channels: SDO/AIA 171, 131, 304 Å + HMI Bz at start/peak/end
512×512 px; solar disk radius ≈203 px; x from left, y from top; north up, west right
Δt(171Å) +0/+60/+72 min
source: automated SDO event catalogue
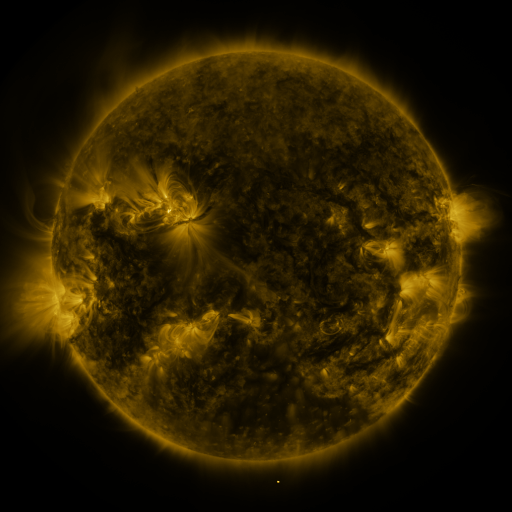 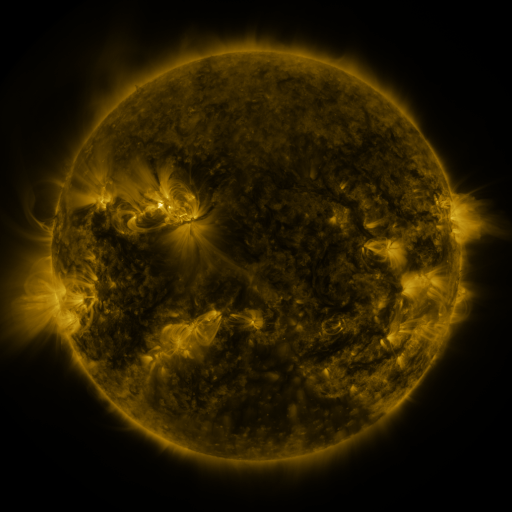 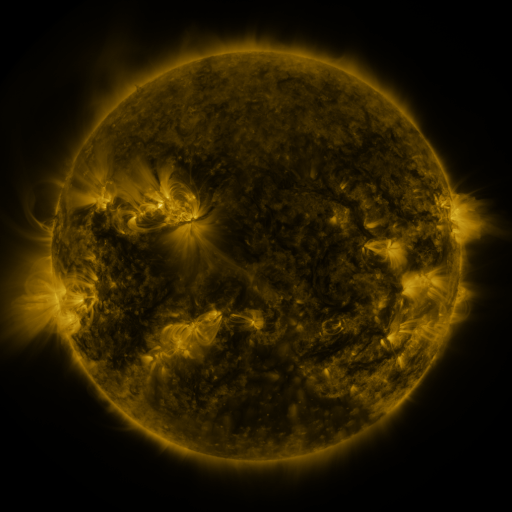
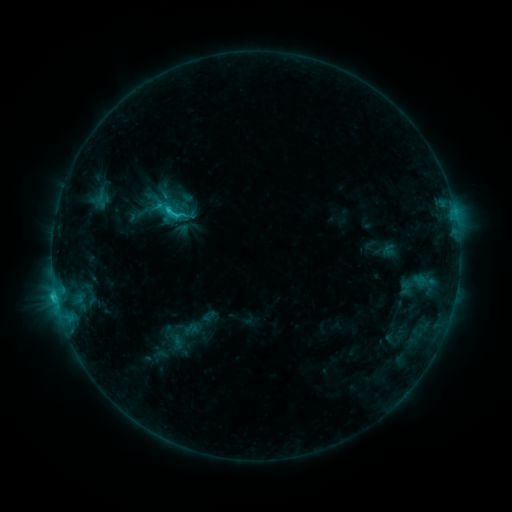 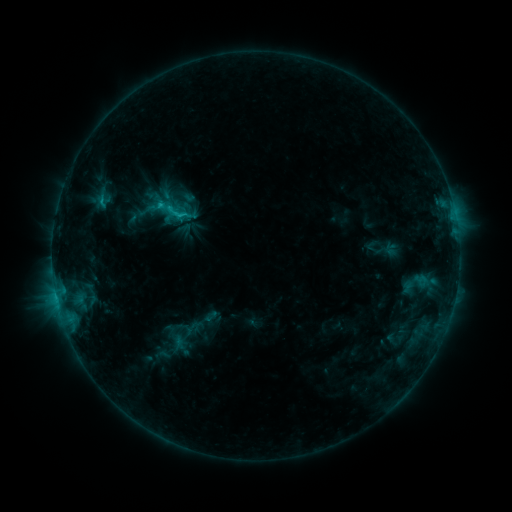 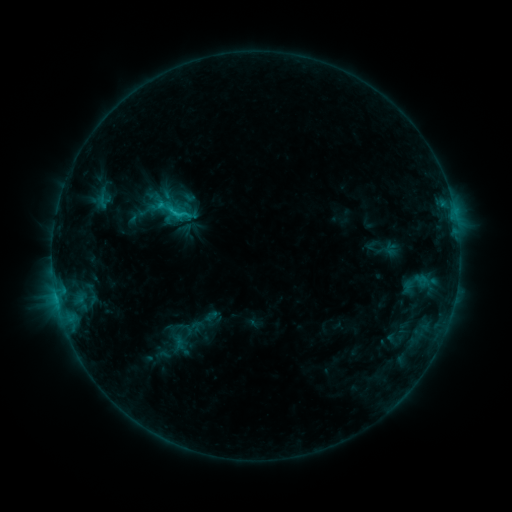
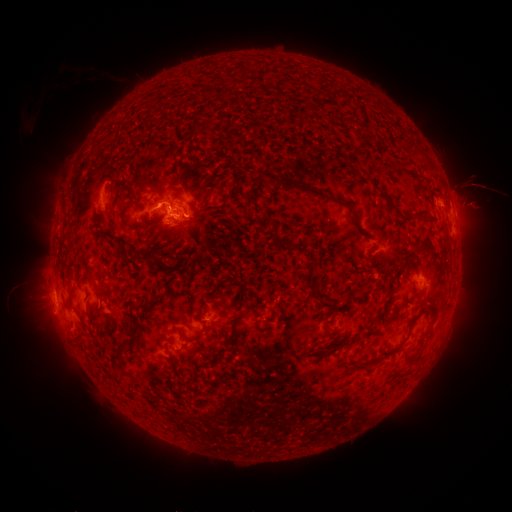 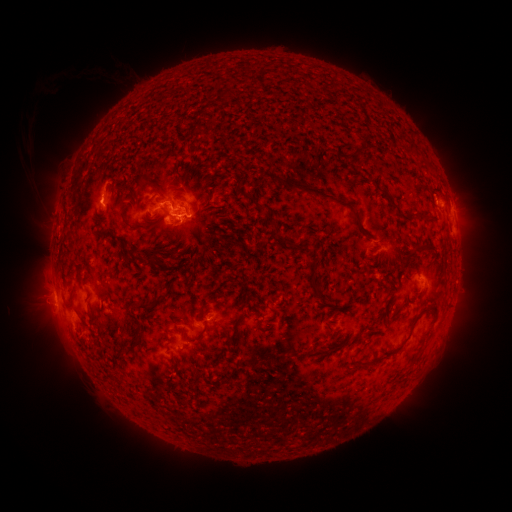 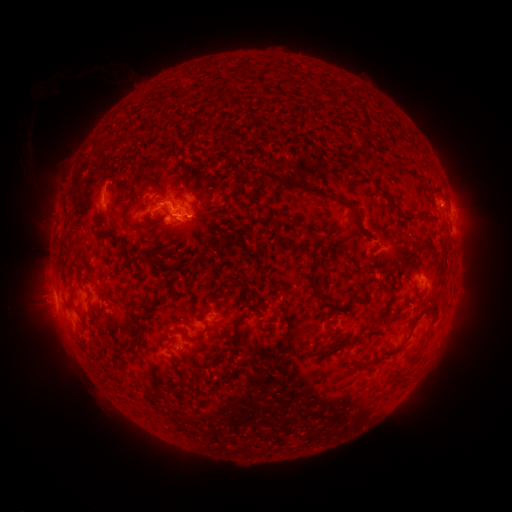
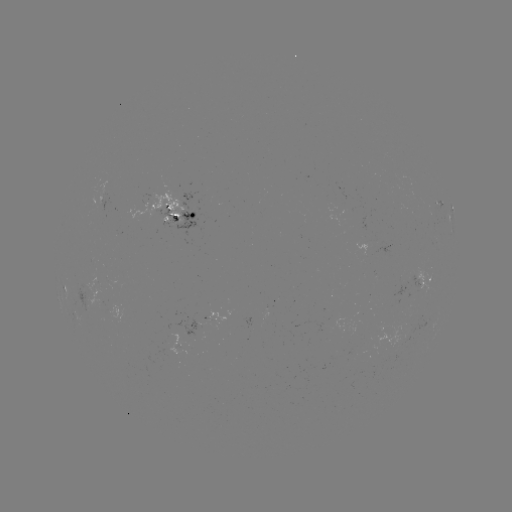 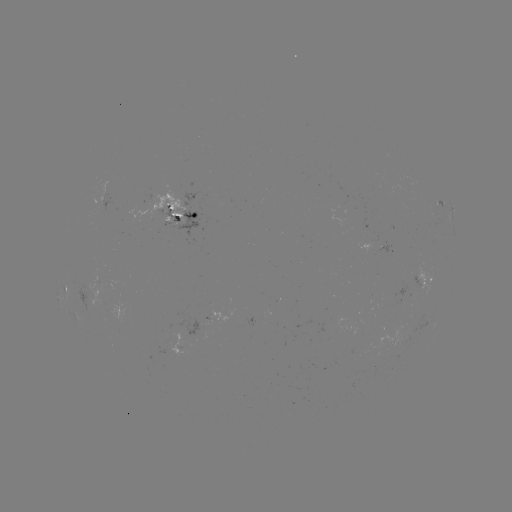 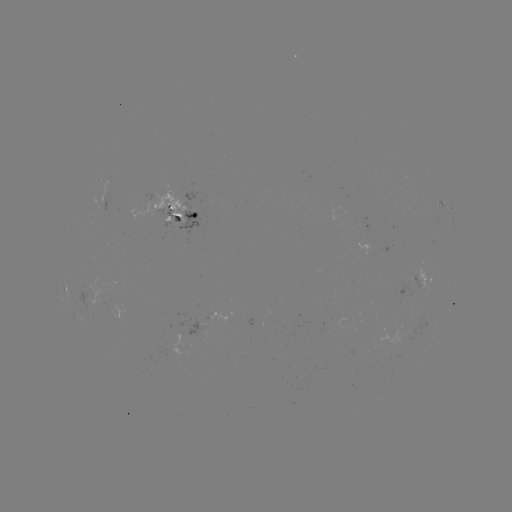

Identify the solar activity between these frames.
emerging-flux region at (173, 219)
